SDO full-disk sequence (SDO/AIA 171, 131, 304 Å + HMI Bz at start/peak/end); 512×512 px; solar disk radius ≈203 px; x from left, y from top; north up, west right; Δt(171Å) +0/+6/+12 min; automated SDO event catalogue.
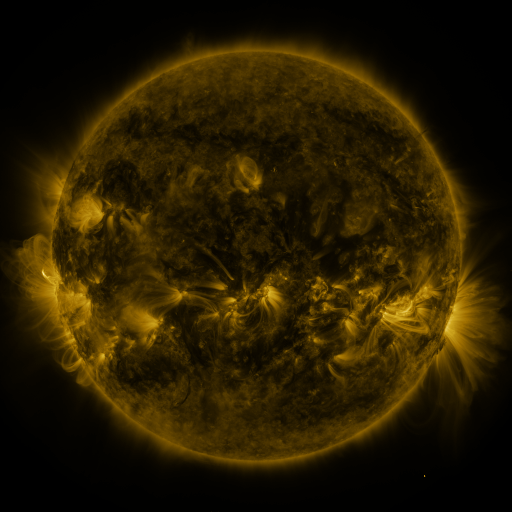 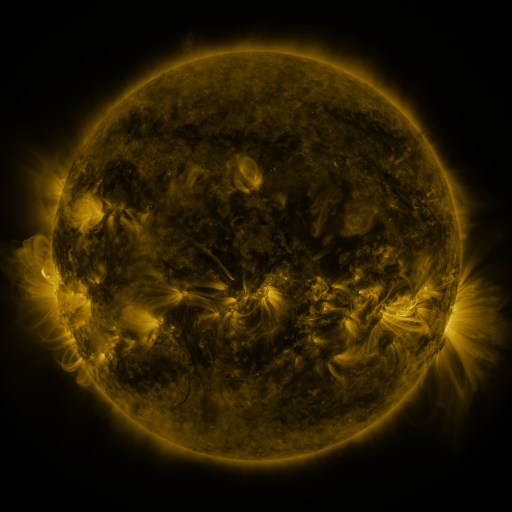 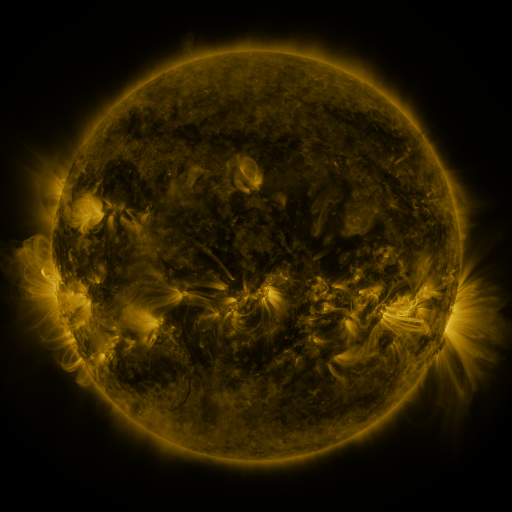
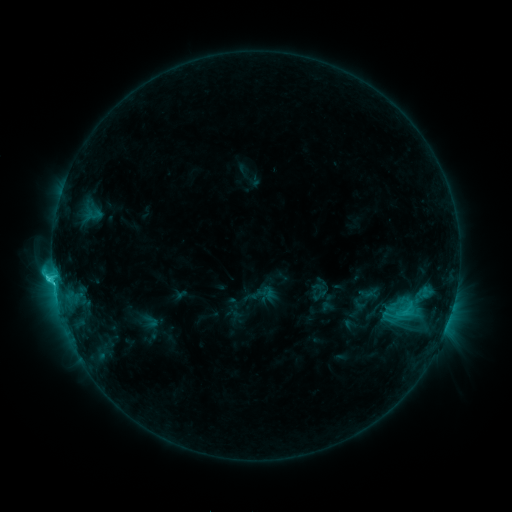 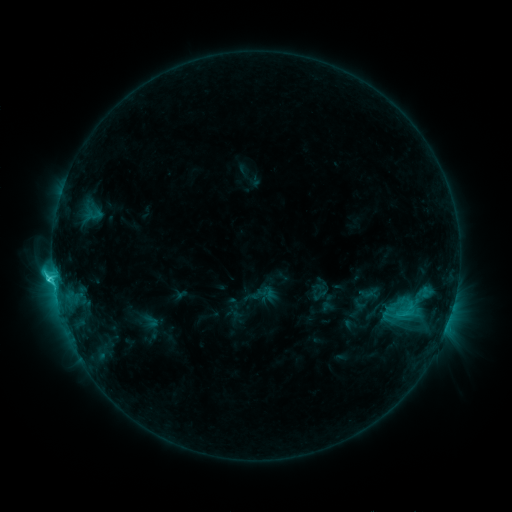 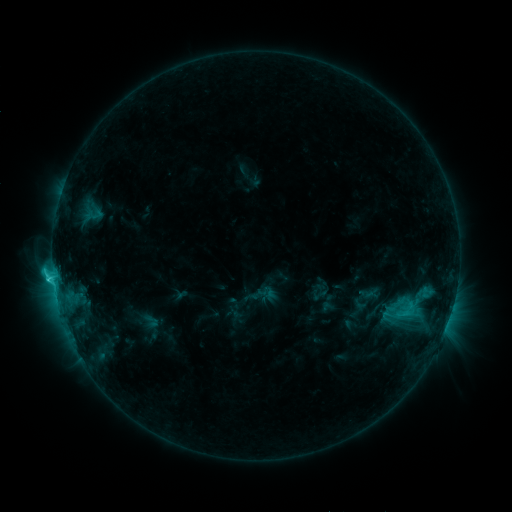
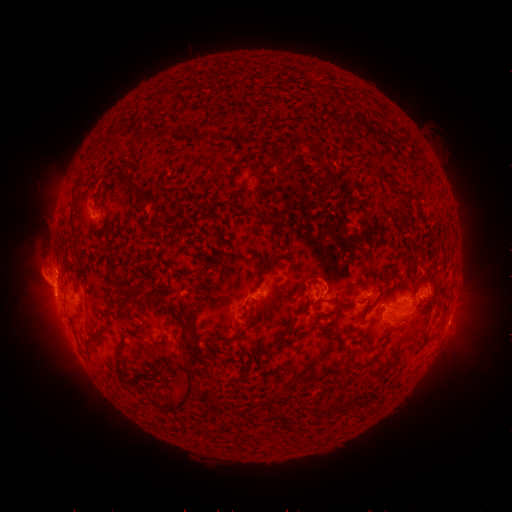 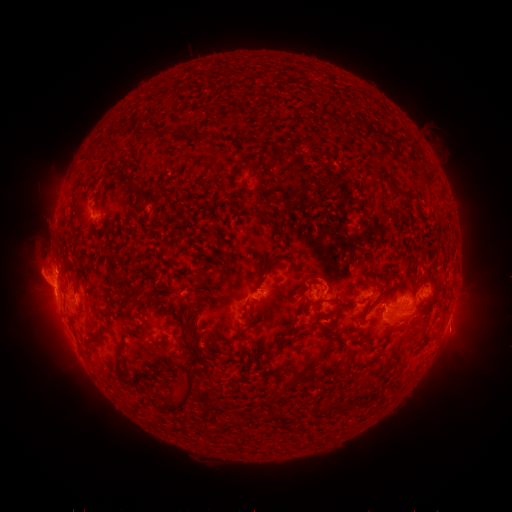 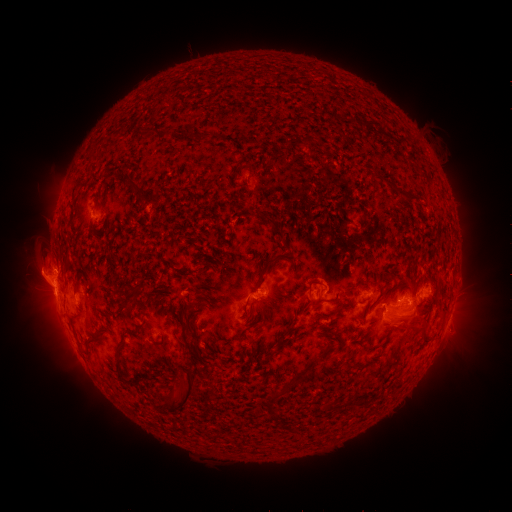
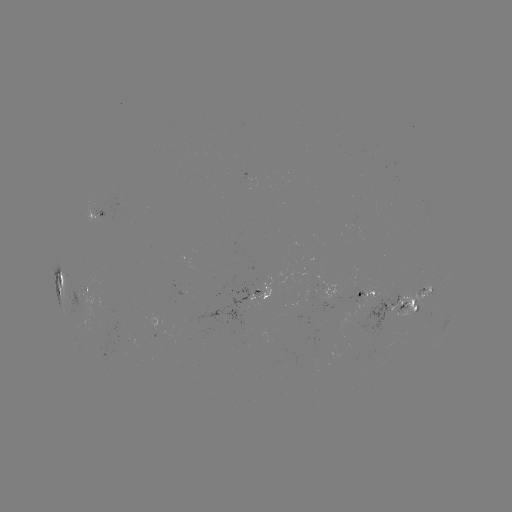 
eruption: (434, 308, 484, 360)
